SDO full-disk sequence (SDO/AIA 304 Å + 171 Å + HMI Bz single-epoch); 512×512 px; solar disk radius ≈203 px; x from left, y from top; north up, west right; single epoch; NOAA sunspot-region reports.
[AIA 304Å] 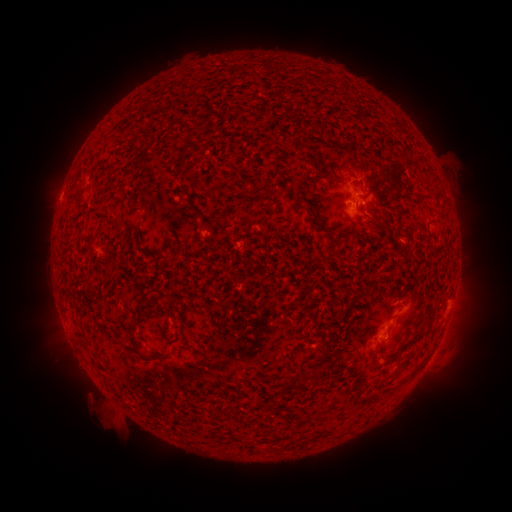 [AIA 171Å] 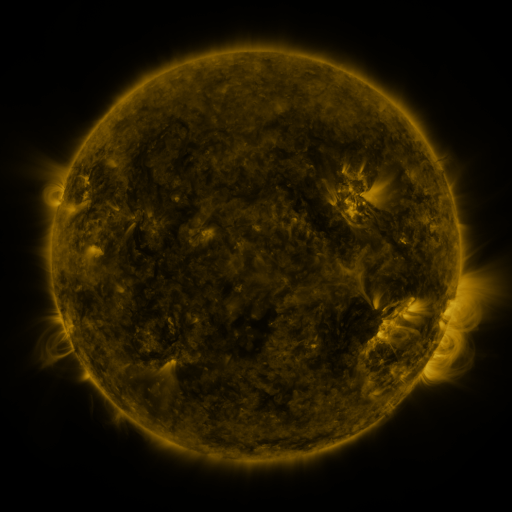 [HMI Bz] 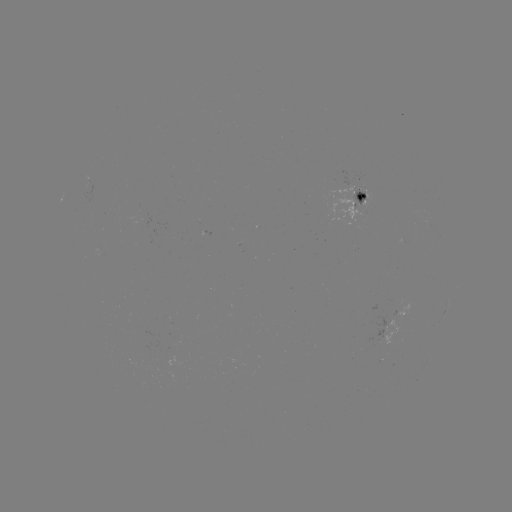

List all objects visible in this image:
spotted active region: (362, 201)
spotted active region: (398, 320)
